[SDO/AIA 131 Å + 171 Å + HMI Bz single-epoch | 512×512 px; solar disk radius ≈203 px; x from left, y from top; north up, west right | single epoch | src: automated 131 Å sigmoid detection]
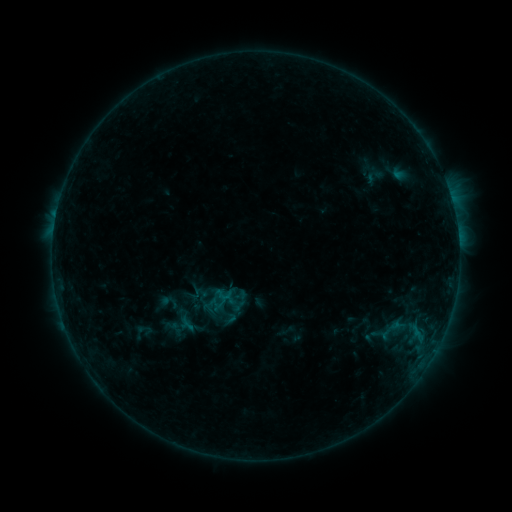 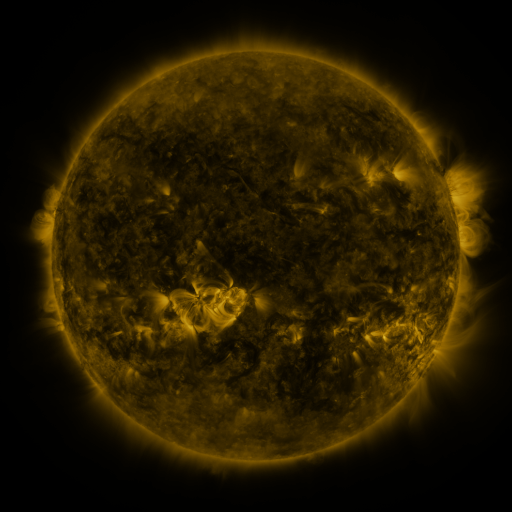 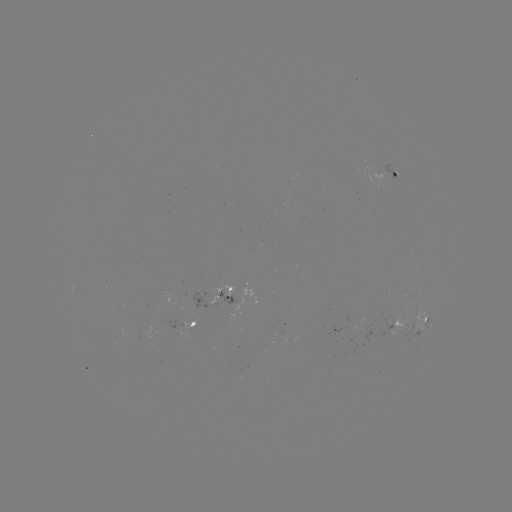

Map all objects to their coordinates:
sigmoid: (227, 294)
sigmoid: (215, 304)
